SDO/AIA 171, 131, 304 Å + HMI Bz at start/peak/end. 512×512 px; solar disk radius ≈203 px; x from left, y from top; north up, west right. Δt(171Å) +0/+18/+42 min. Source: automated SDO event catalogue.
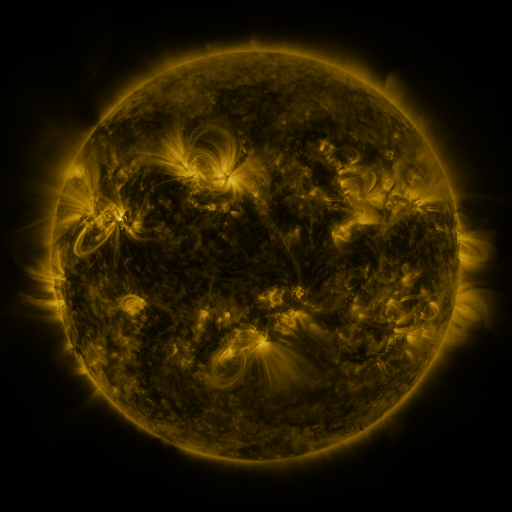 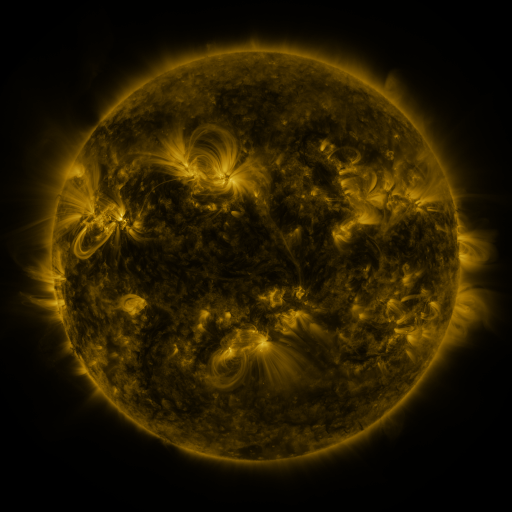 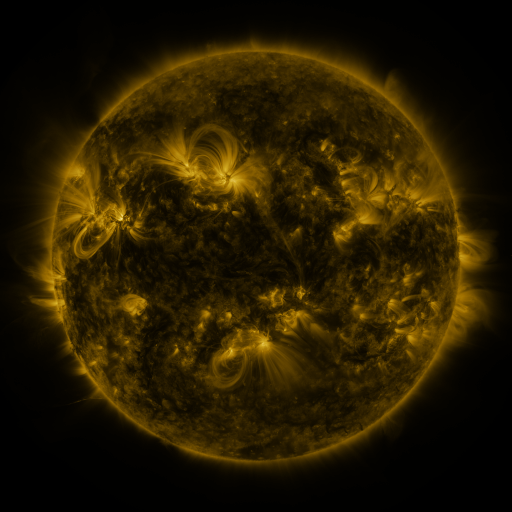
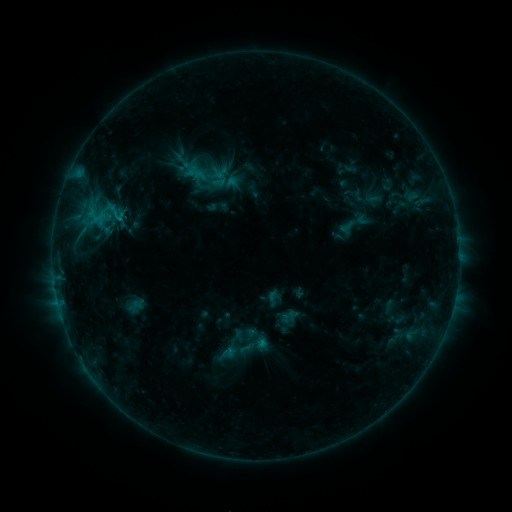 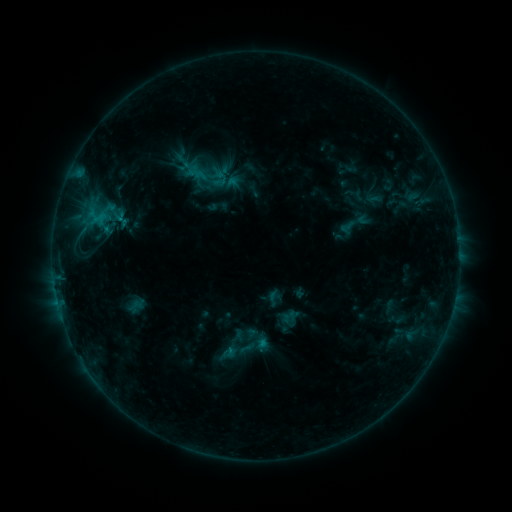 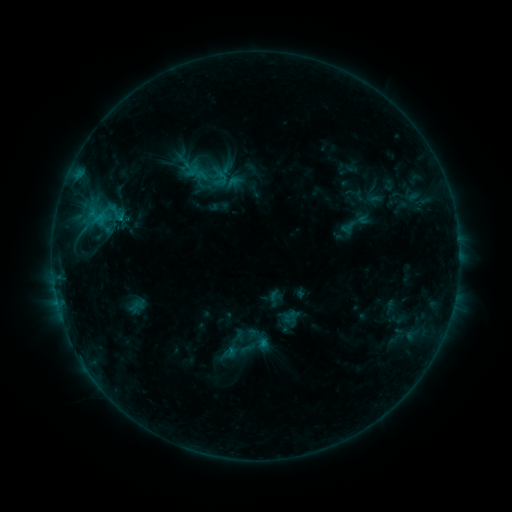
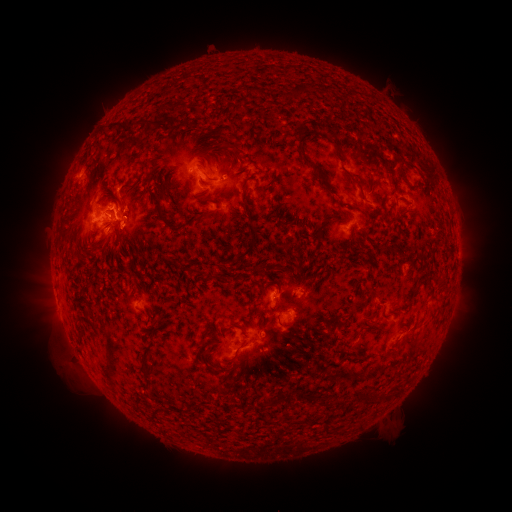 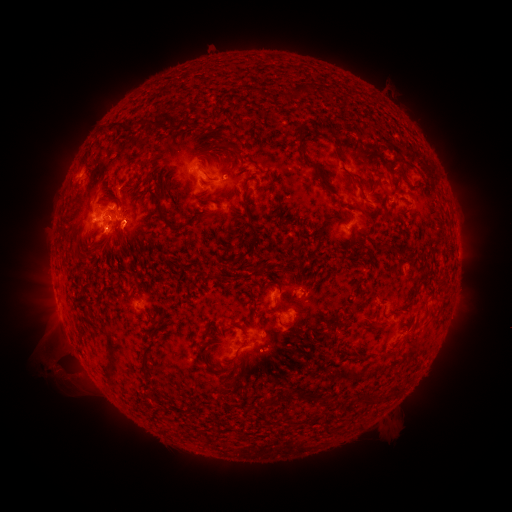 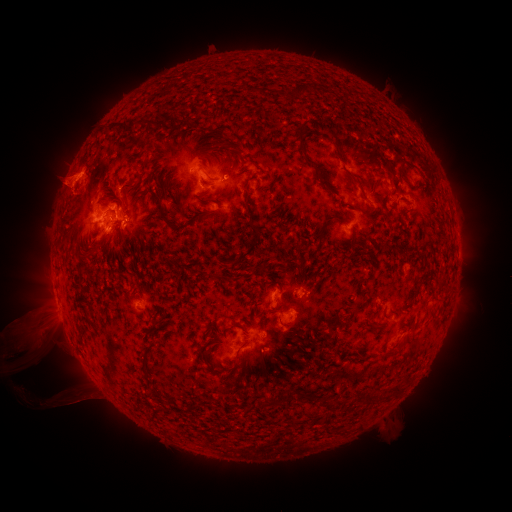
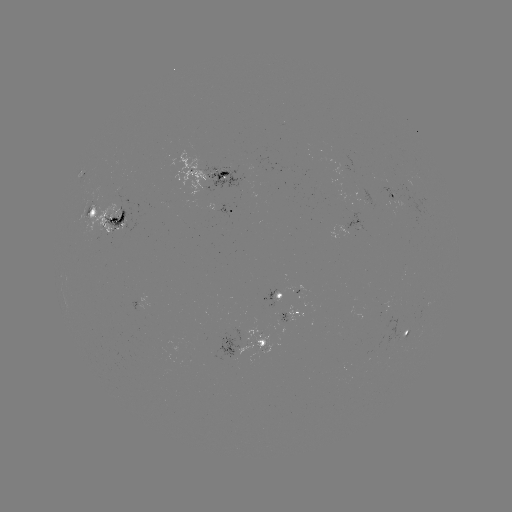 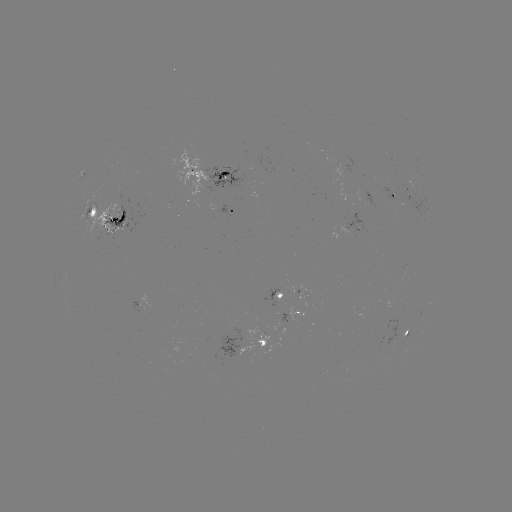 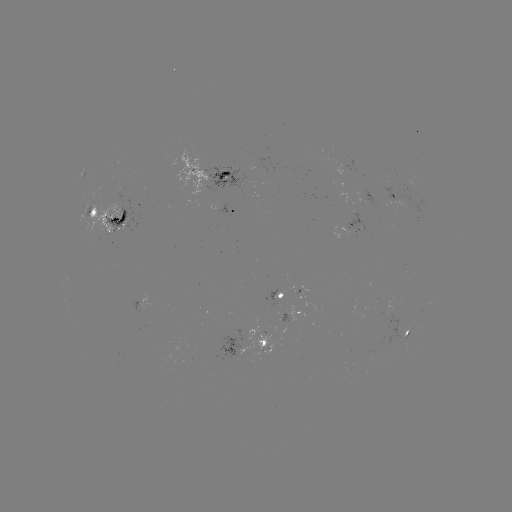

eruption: [5, 308, 100, 418]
